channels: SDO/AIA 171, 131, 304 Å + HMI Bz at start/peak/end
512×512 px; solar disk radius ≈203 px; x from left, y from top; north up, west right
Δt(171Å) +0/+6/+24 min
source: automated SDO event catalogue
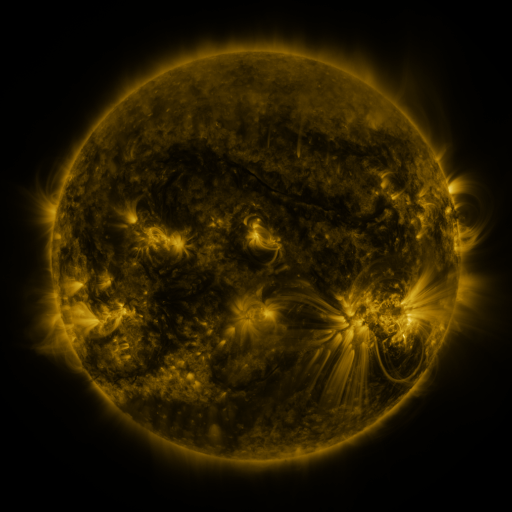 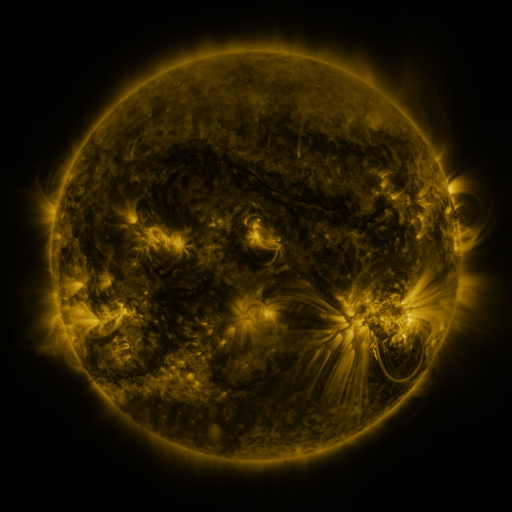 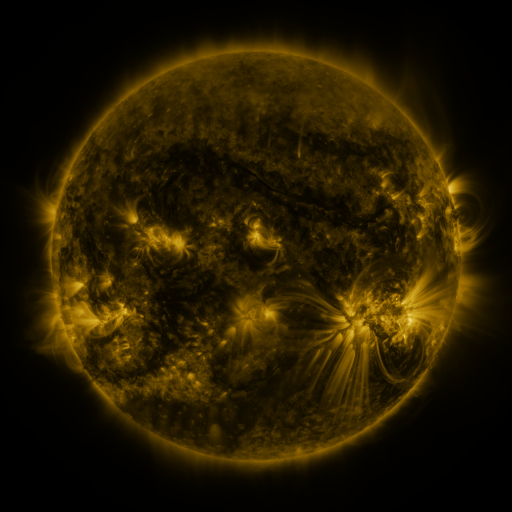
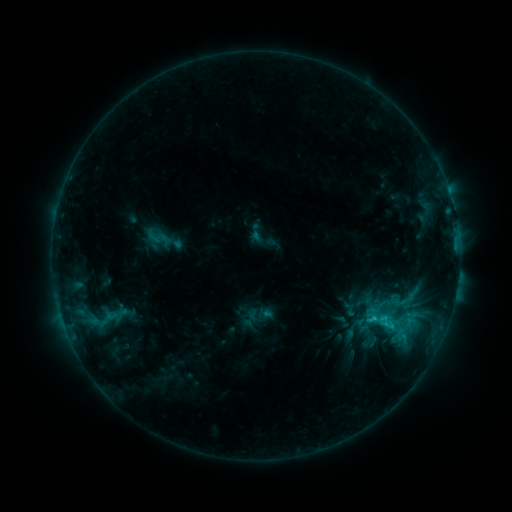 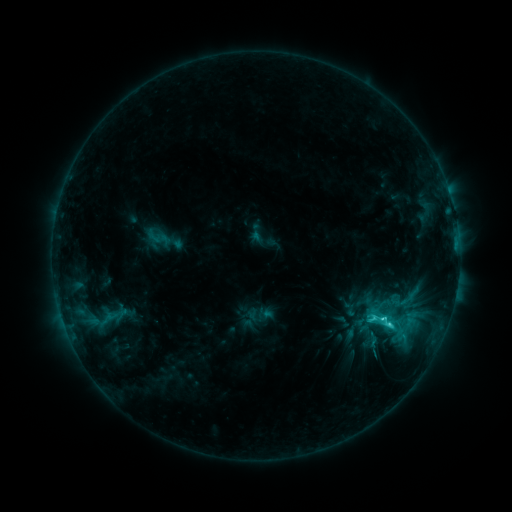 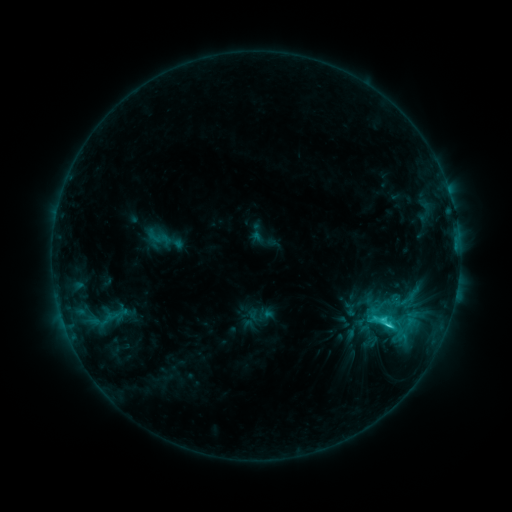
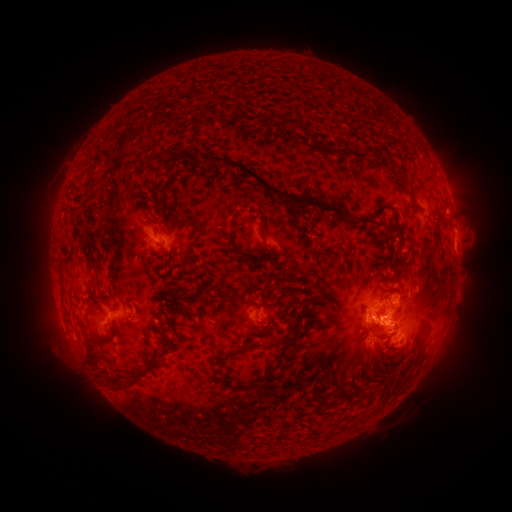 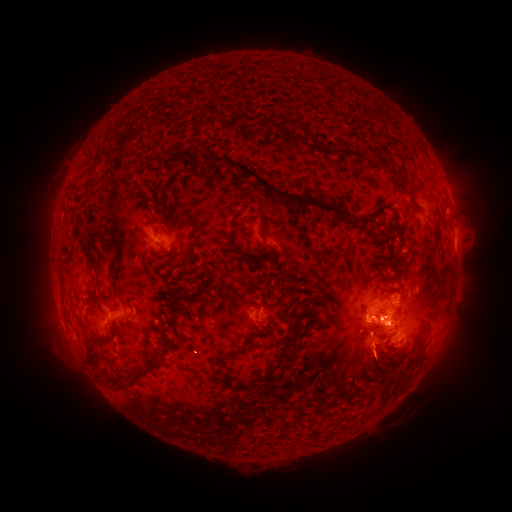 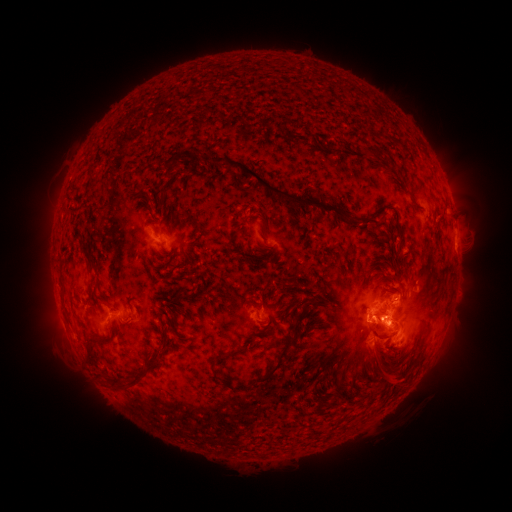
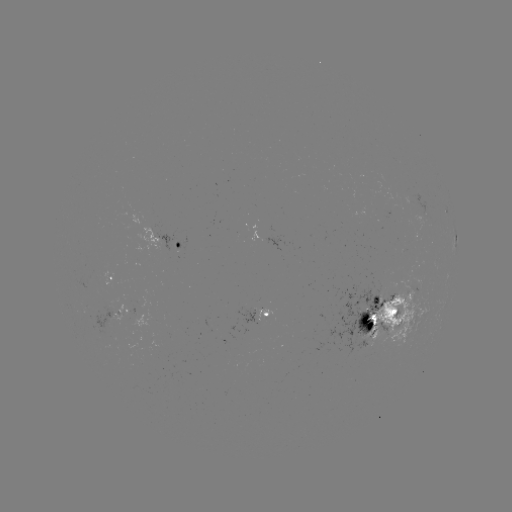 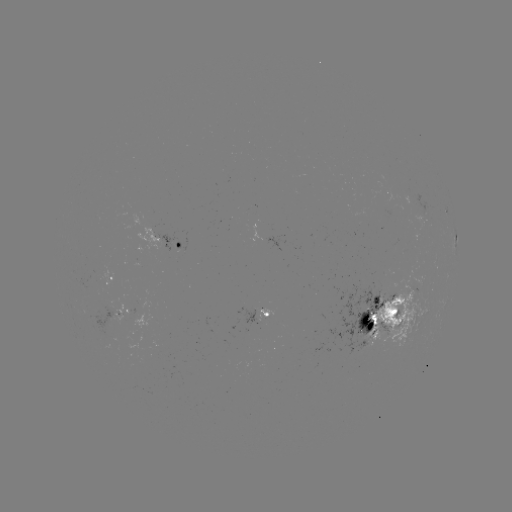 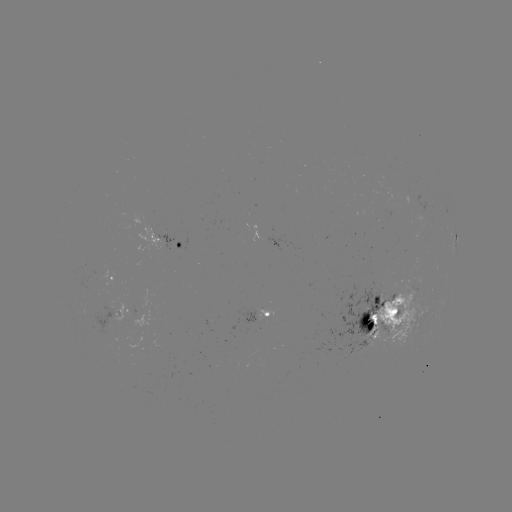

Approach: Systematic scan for C5.2 flare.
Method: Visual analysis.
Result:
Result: C5.2 flare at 387,324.